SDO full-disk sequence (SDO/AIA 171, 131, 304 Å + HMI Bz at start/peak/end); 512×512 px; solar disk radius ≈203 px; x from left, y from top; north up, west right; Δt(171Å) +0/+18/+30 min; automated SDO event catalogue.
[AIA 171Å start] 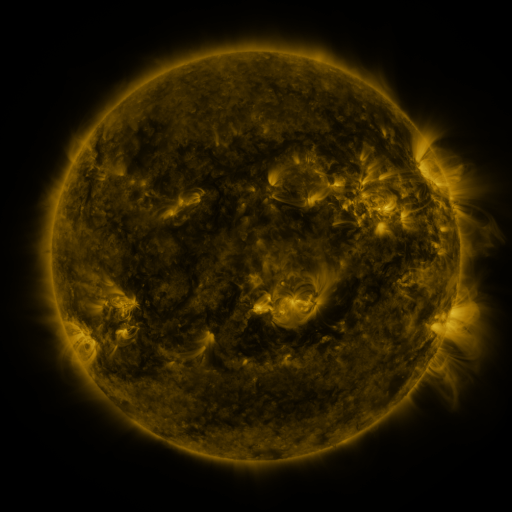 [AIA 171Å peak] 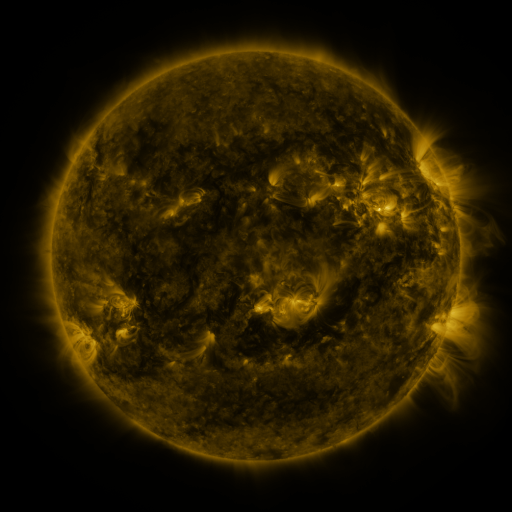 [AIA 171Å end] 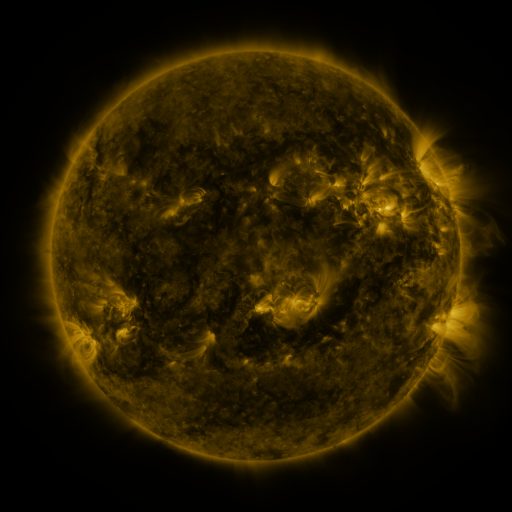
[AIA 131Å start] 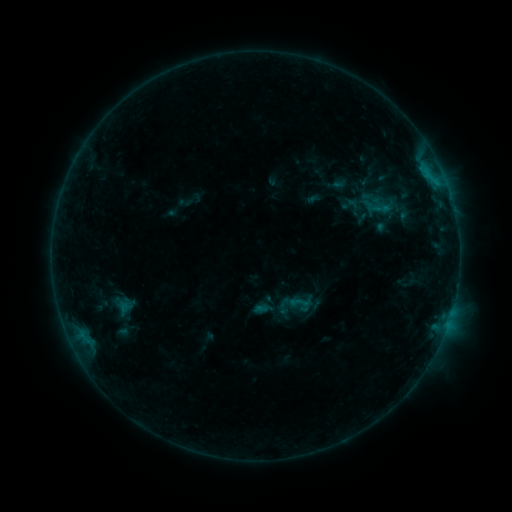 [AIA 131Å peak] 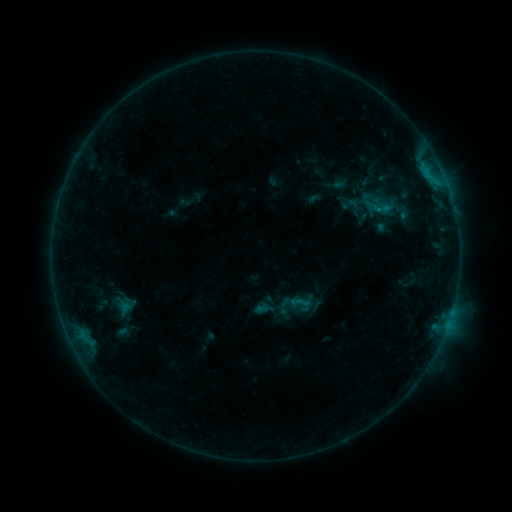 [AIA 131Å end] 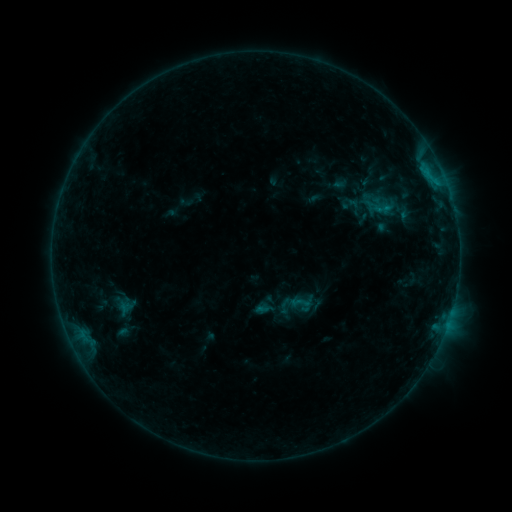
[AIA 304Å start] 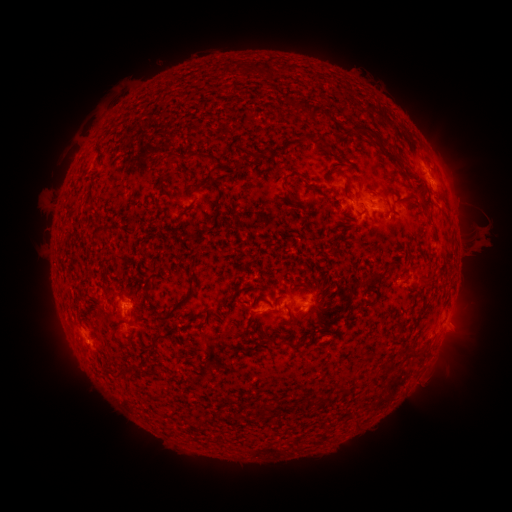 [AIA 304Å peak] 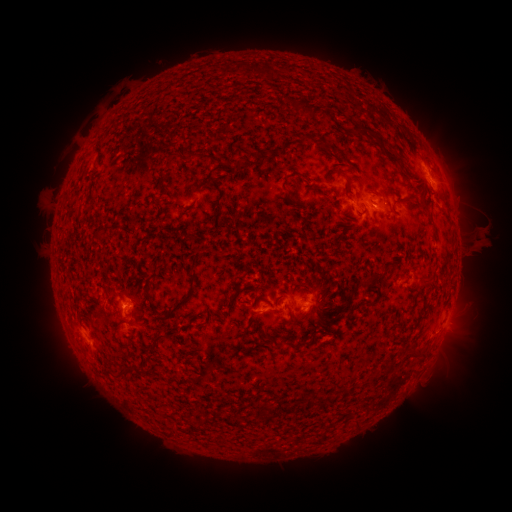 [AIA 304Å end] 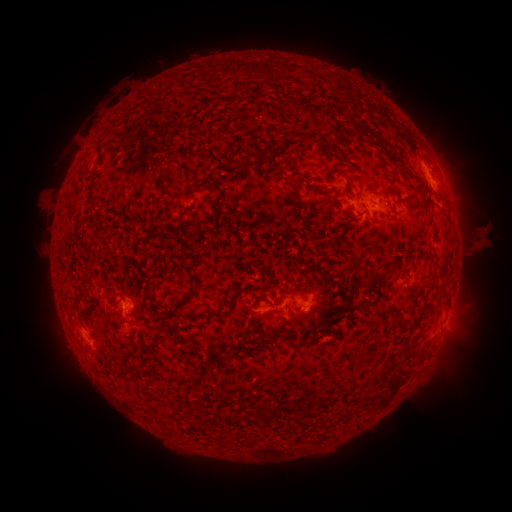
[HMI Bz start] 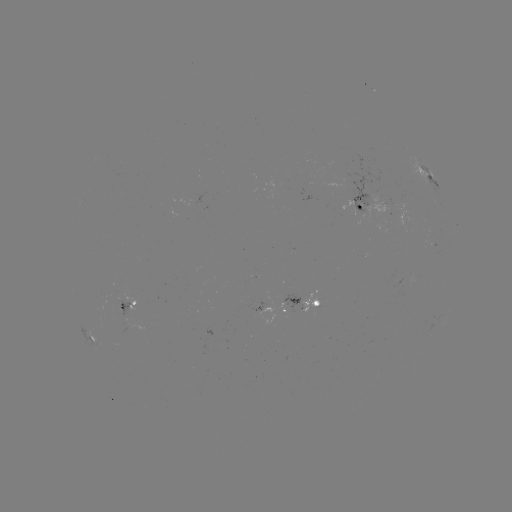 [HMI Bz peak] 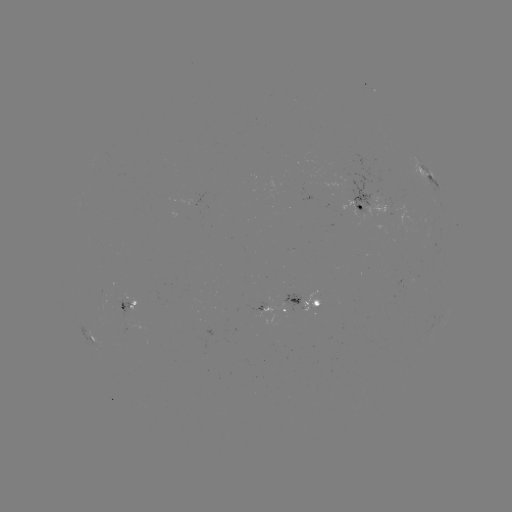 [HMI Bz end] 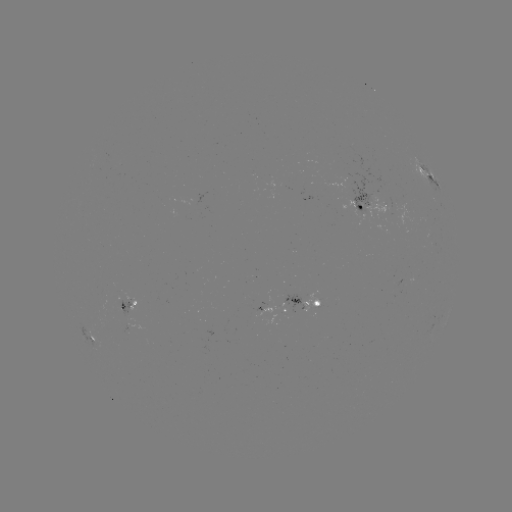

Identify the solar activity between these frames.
nothing was catalogued: no classed flare, no EUV trigger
